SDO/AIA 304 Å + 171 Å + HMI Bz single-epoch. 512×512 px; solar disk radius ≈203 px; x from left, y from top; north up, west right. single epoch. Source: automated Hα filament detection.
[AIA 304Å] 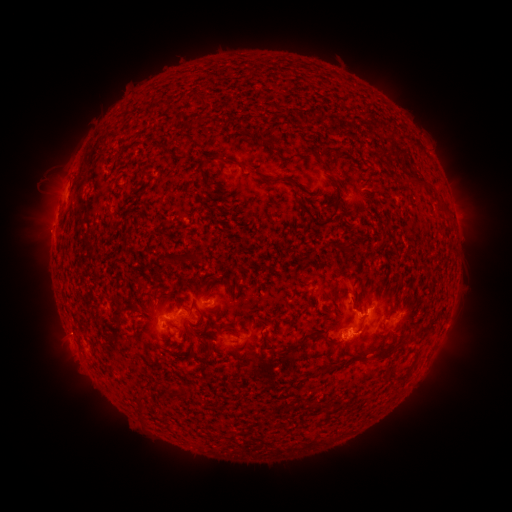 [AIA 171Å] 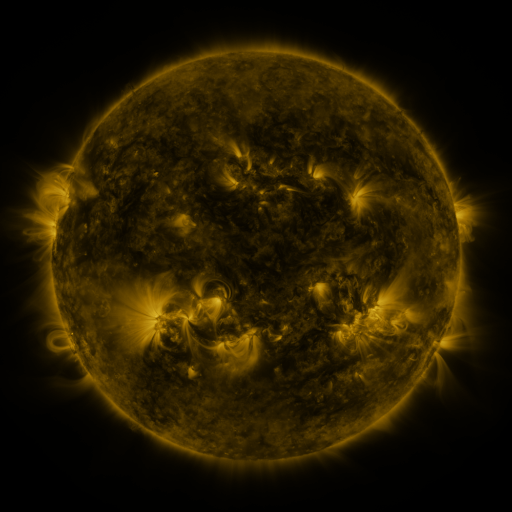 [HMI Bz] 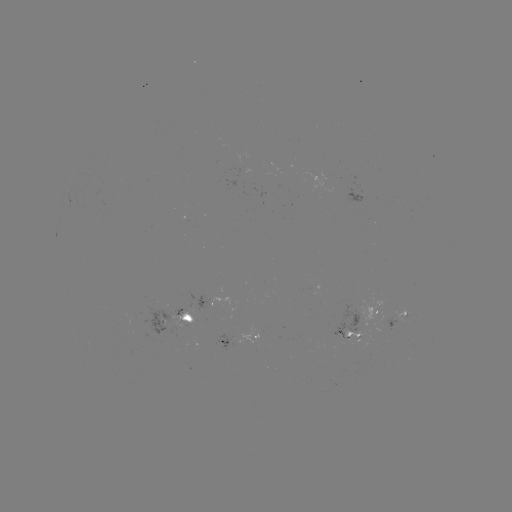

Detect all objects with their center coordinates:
filament: (198, 99)
filament: (266, 143)
filament: (164, 149)
filament: (310, 152)
filament: (233, 162)
filament: (202, 172)
filament: (151, 178)
filament: (417, 180)
filament: (268, 182)
filament: (443, 206)
filament: (307, 210)
filament: (330, 216)
filament: (200, 257)
filament: (346, 288)
filament: (160, 302)
filament: (260, 320)
filament: (200, 321)
filament: (425, 327)
filament: (203, 337)
filament: (267, 342)
filament: (298, 344)
filament: (391, 349)
filament: (171, 392)
